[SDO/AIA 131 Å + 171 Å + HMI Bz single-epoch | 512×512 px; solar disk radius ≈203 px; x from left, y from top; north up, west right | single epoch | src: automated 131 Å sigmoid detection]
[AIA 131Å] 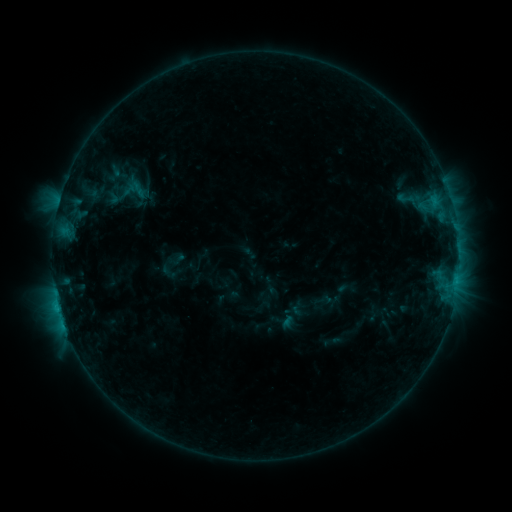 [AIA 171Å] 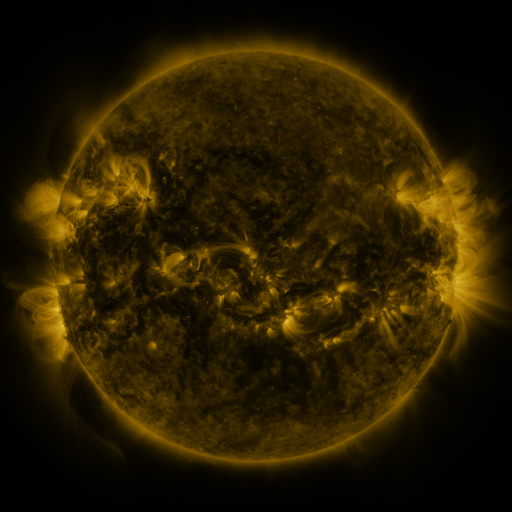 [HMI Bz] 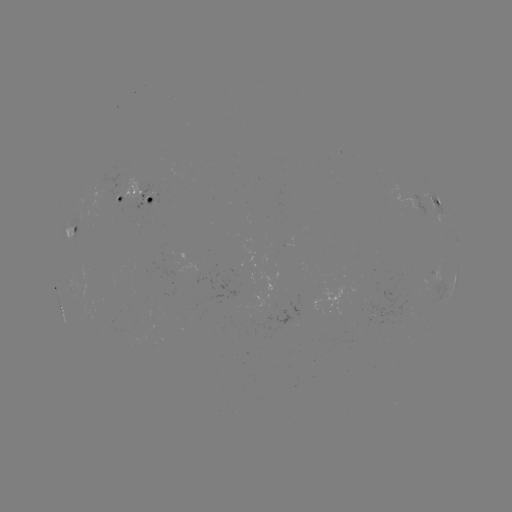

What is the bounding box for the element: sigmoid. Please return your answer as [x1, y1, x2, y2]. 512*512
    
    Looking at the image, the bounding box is [393, 187, 418, 210].